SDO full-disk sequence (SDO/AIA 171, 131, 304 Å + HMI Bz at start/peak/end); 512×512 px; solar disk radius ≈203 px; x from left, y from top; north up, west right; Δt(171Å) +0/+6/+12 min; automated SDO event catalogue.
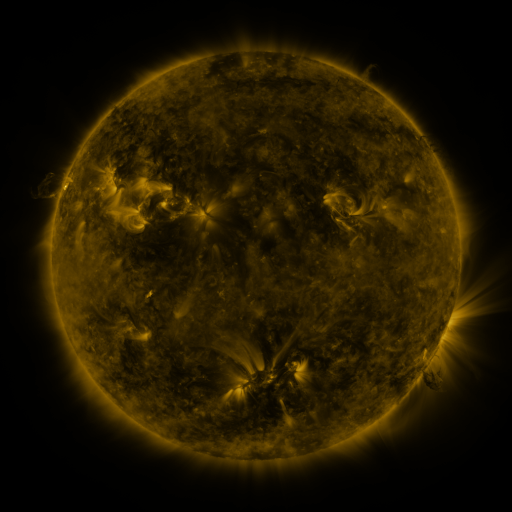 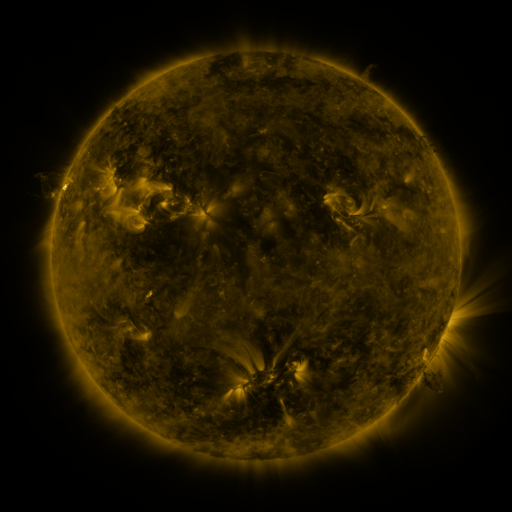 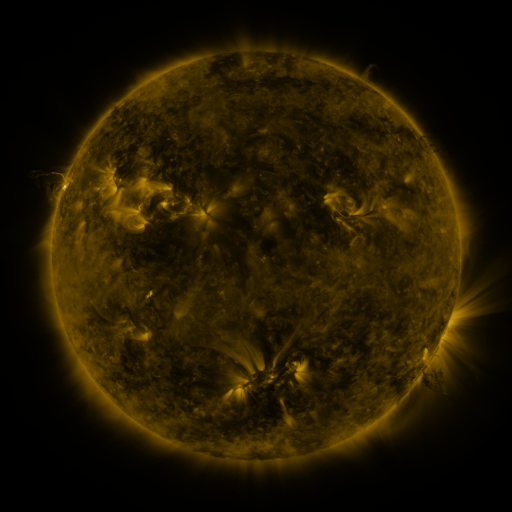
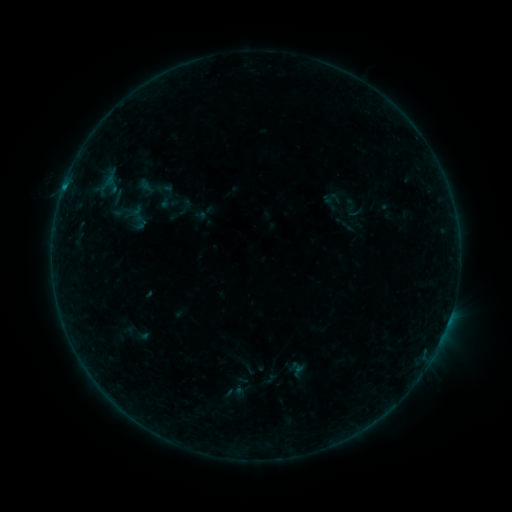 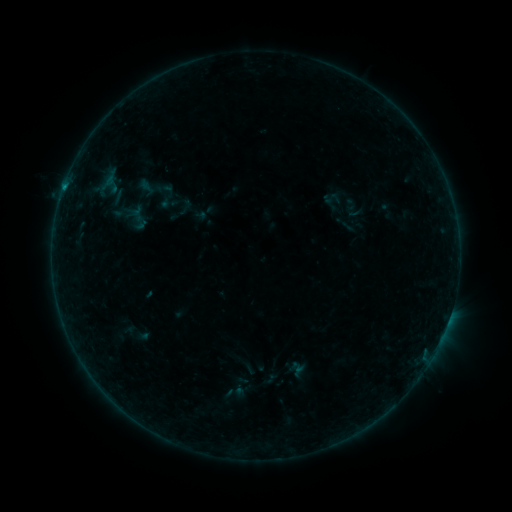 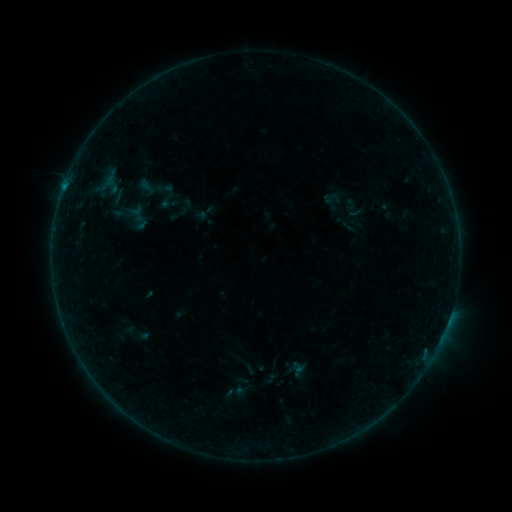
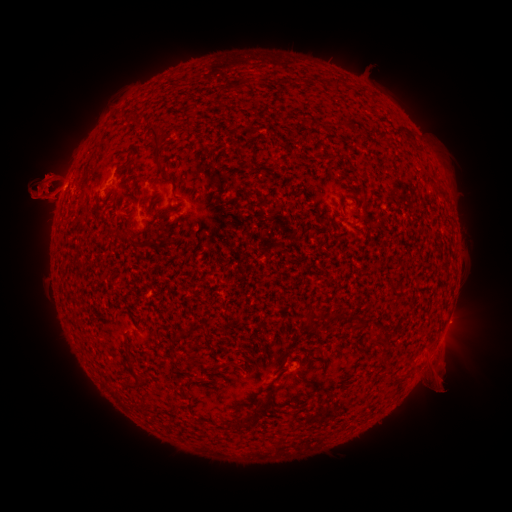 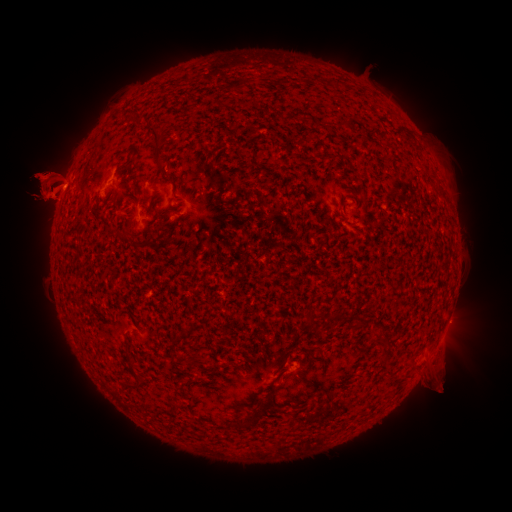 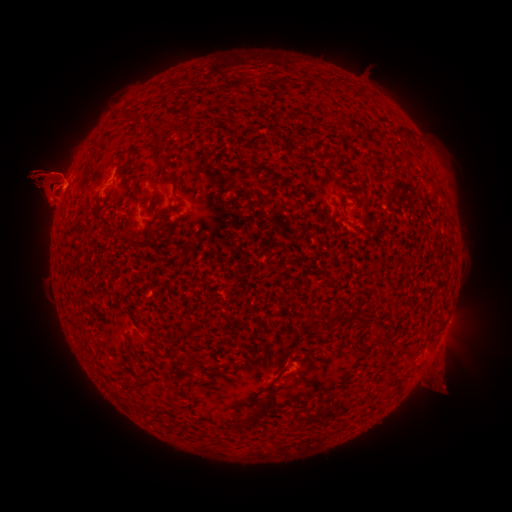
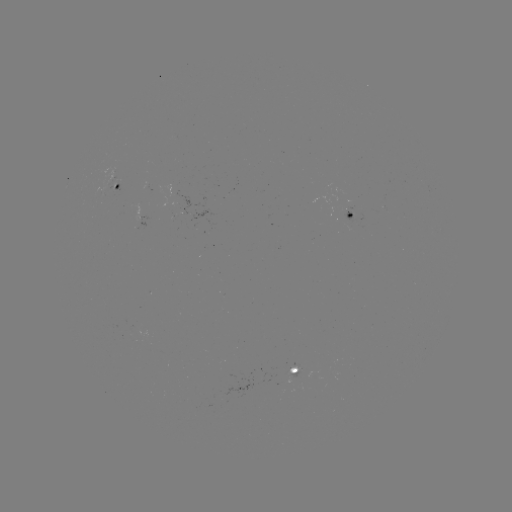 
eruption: (458, 152, 487, 185)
